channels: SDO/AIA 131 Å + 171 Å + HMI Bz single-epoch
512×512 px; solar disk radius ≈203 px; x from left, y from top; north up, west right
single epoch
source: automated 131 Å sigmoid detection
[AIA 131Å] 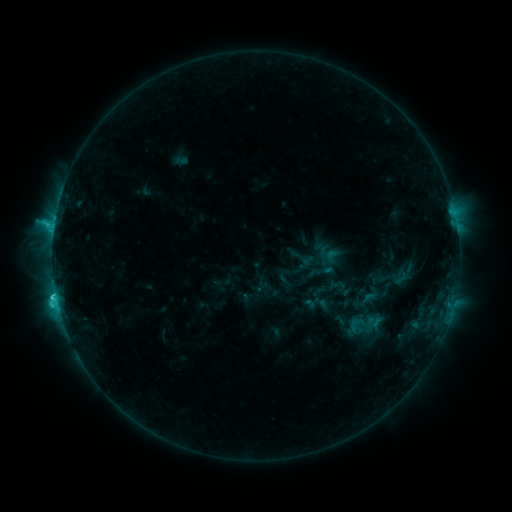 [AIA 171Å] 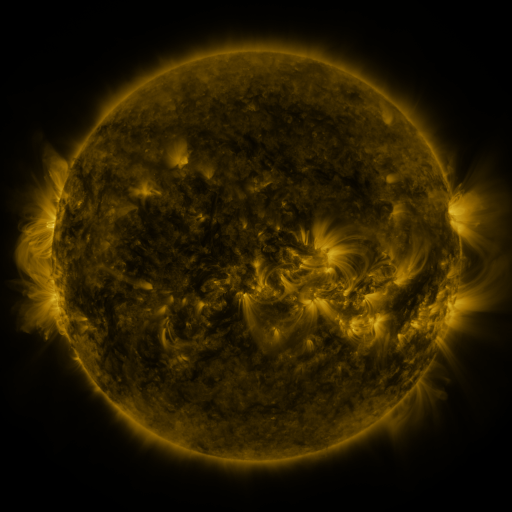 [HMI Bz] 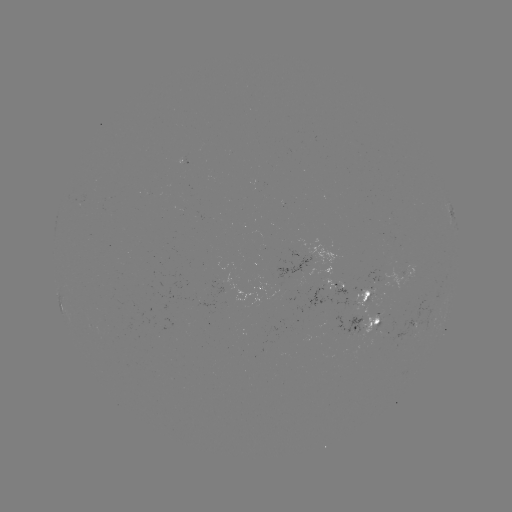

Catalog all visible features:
sigmoid: (401, 278)
sigmoid: (372, 295)
sigmoid: (363, 322)
